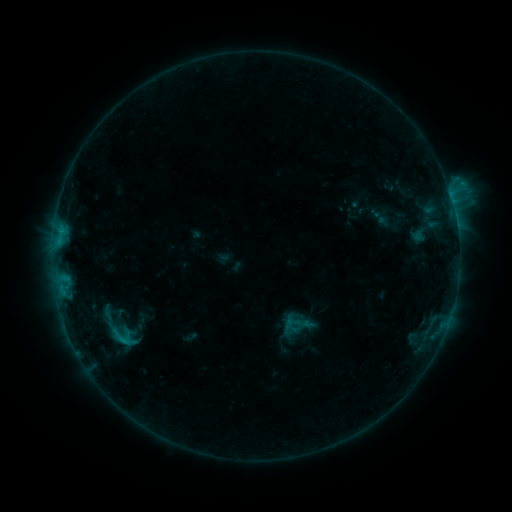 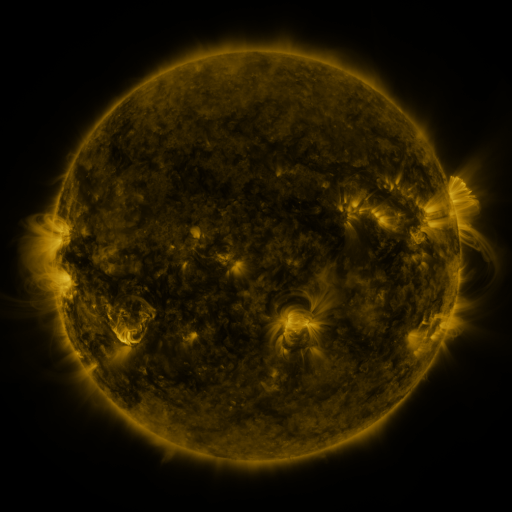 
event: sigmoid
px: (290, 329)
